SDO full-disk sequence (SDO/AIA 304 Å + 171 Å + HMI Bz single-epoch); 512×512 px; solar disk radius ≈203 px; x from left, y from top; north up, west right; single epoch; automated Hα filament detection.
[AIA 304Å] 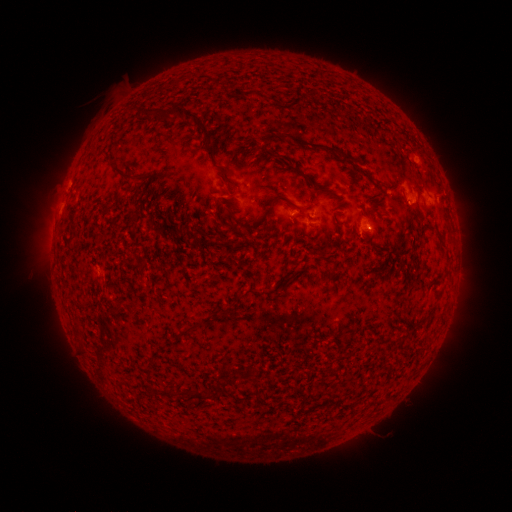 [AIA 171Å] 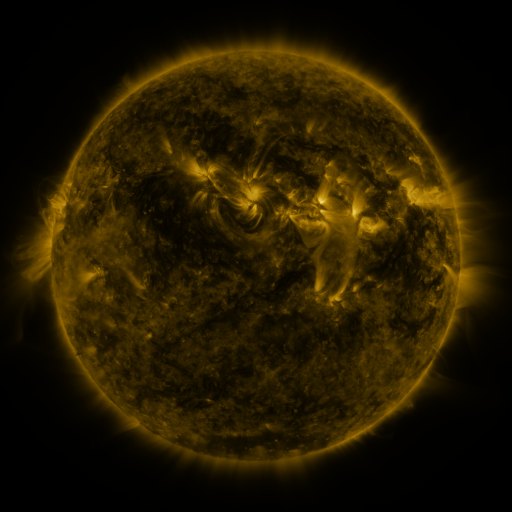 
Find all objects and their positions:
filament: [242, 88, 274, 102]
filament: [167, 103, 207, 134]
filament: [146, 108, 164, 120]
filament: [280, 132, 356, 166]
filament: [108, 160, 132, 182]
filament: [284, 164, 304, 176]
filament: [265, 194, 298, 216]
filament: [182, 321, 200, 334]
filament: [253, 378, 260, 389]
filament: [182, 388, 210, 401]
